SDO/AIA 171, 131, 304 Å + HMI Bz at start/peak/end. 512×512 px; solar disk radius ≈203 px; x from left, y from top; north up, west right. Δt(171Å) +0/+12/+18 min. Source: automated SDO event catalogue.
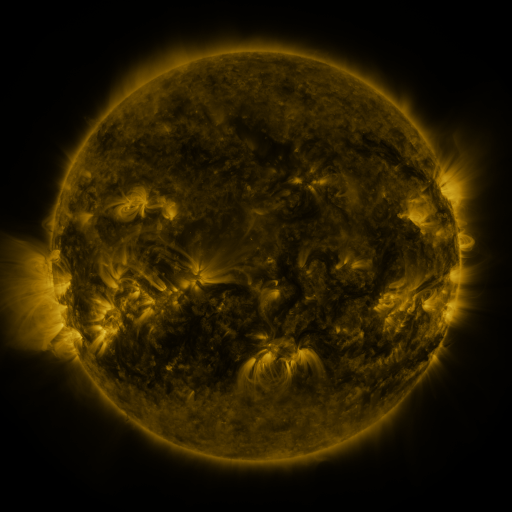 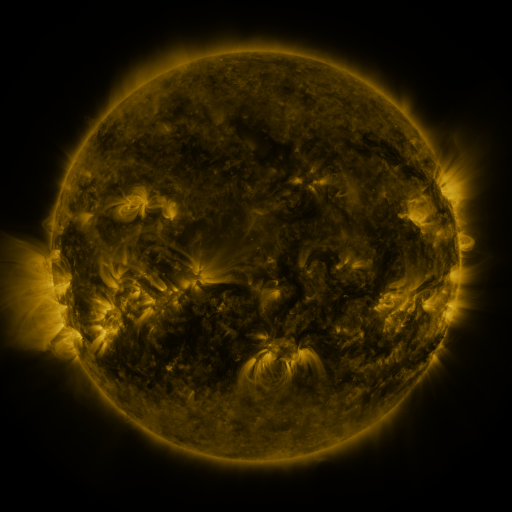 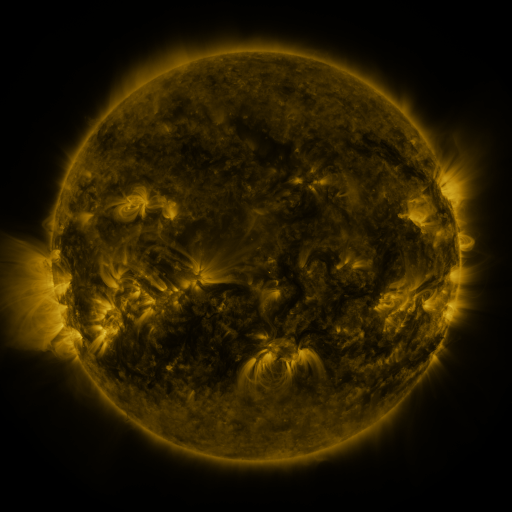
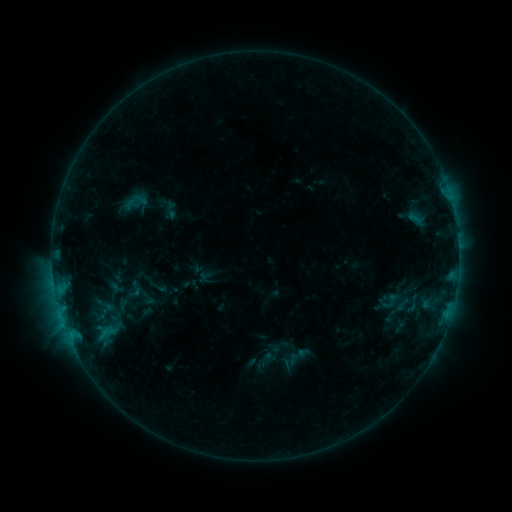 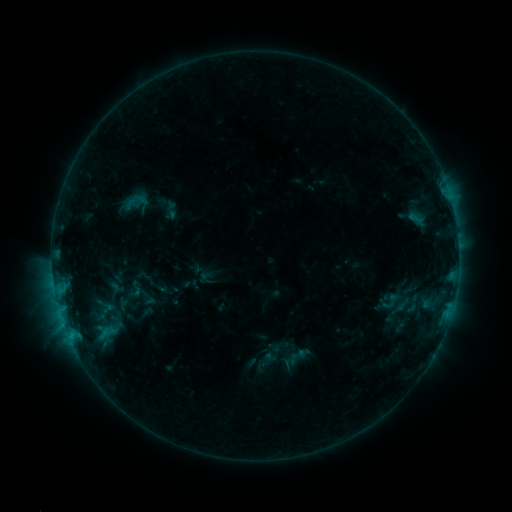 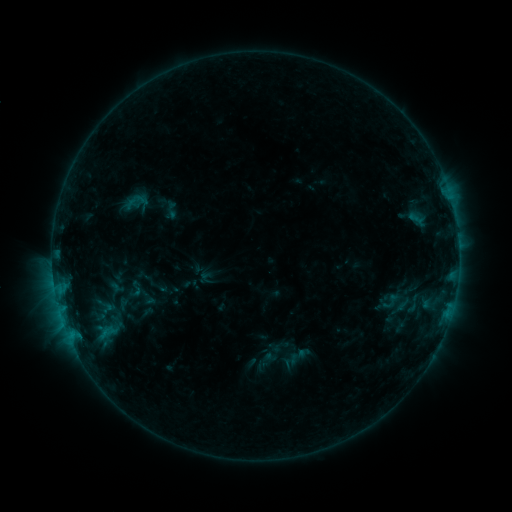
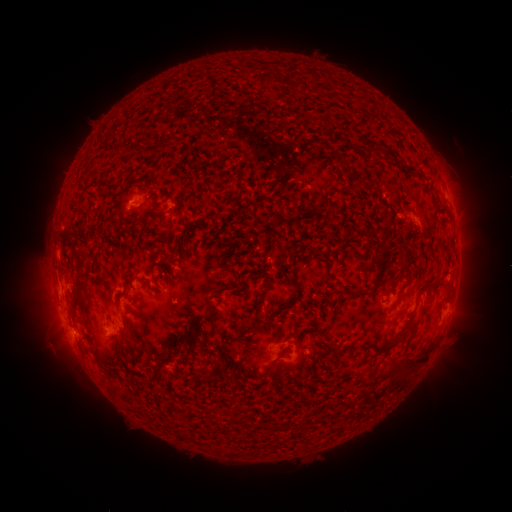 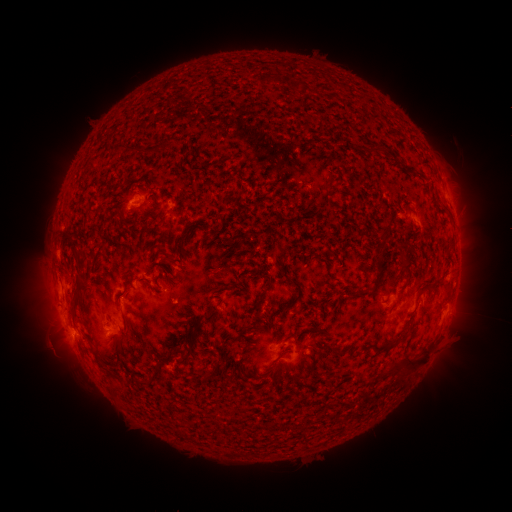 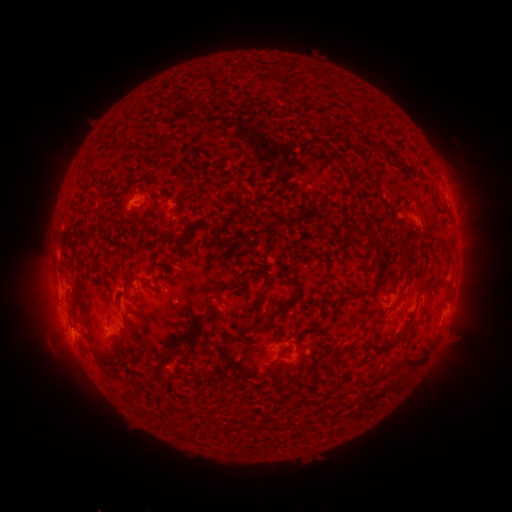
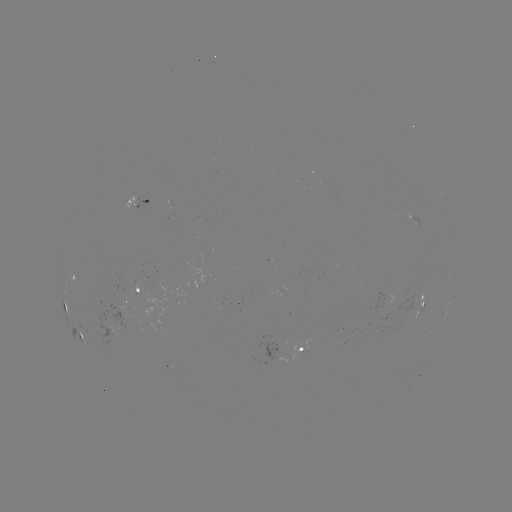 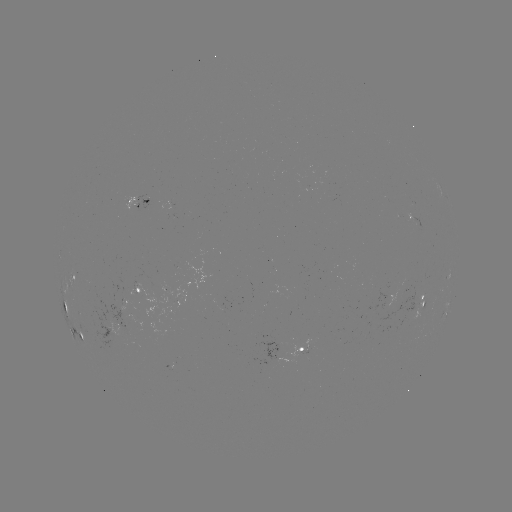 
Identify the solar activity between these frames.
no catalogued flare and no flagged EUV brightening in this window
